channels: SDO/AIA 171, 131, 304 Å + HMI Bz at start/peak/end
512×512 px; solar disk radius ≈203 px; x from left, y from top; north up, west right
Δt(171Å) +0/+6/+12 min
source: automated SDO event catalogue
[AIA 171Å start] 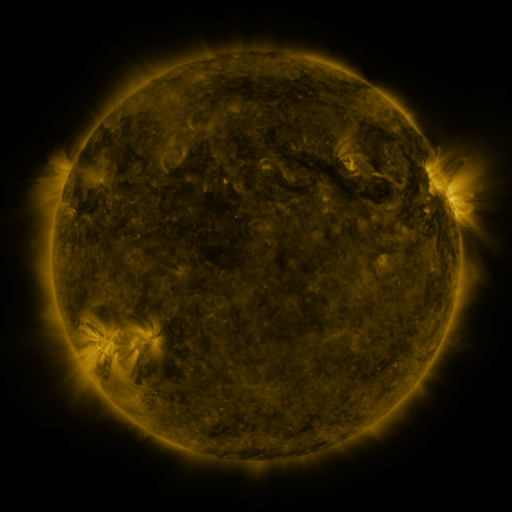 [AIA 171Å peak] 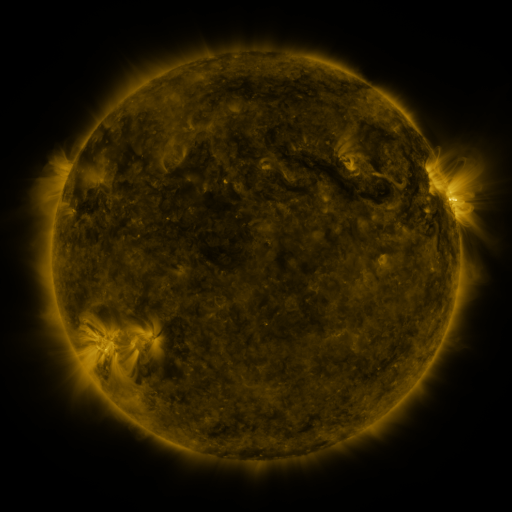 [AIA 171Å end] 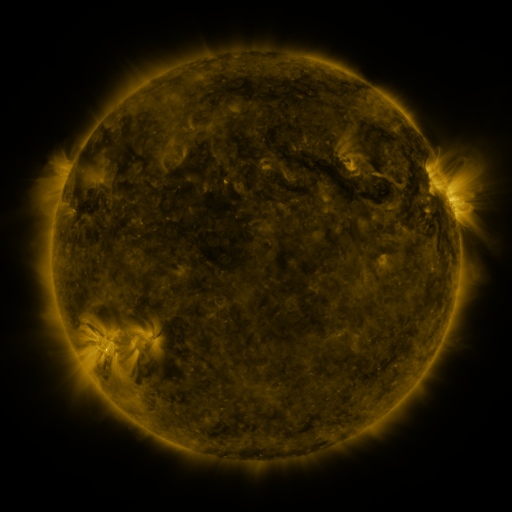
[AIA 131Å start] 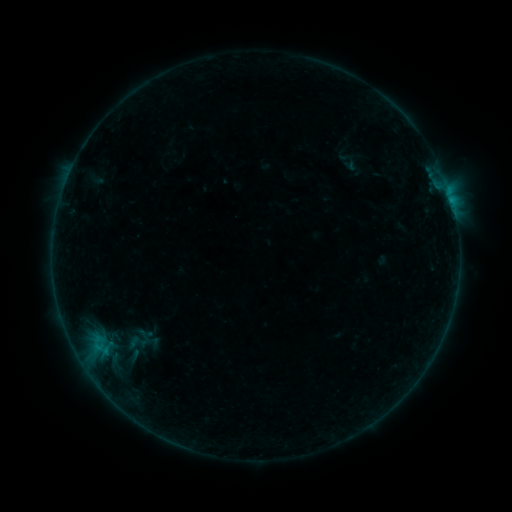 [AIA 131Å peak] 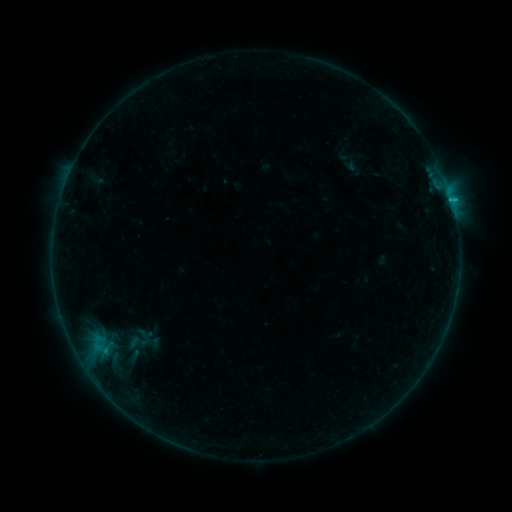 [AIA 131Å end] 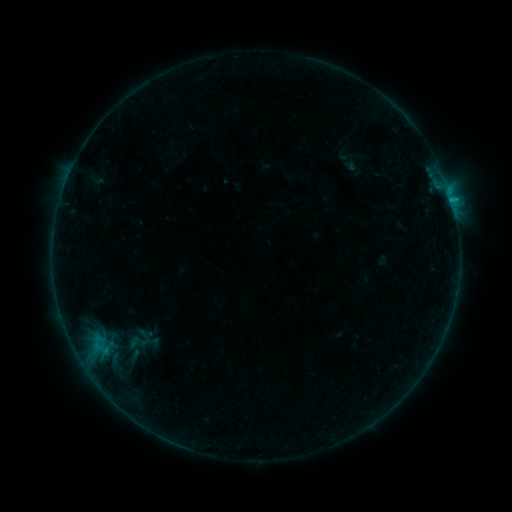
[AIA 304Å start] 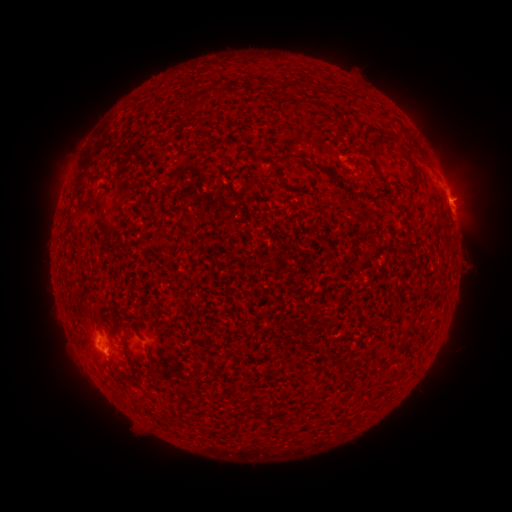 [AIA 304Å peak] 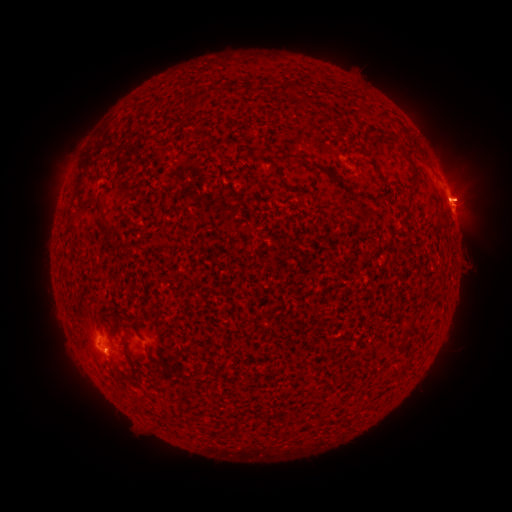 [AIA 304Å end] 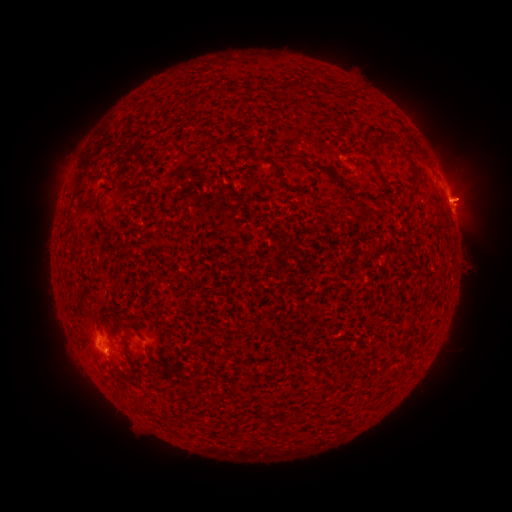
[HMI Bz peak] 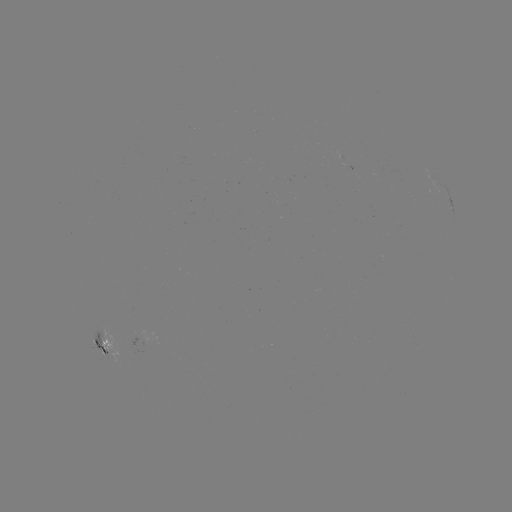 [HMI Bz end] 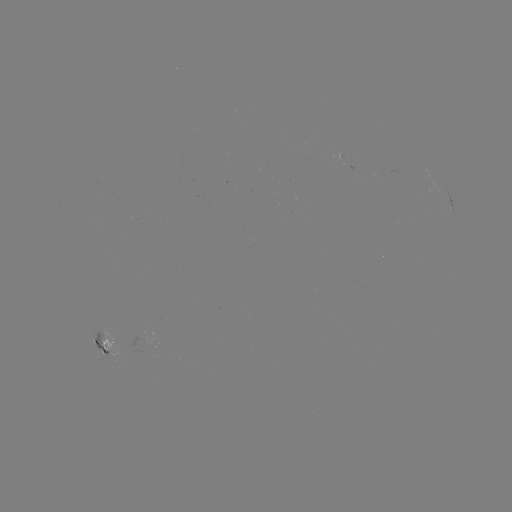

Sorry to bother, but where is eruption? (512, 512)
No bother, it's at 473,194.